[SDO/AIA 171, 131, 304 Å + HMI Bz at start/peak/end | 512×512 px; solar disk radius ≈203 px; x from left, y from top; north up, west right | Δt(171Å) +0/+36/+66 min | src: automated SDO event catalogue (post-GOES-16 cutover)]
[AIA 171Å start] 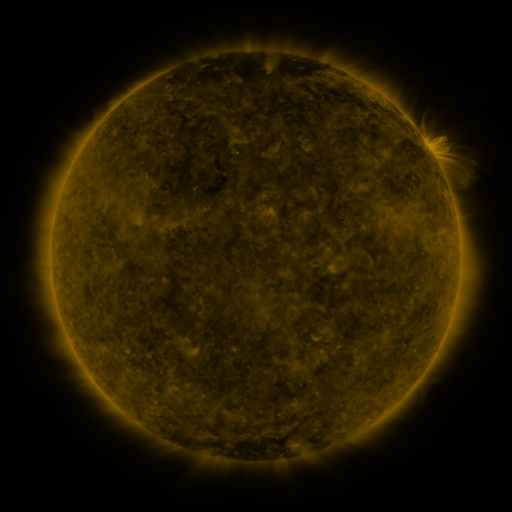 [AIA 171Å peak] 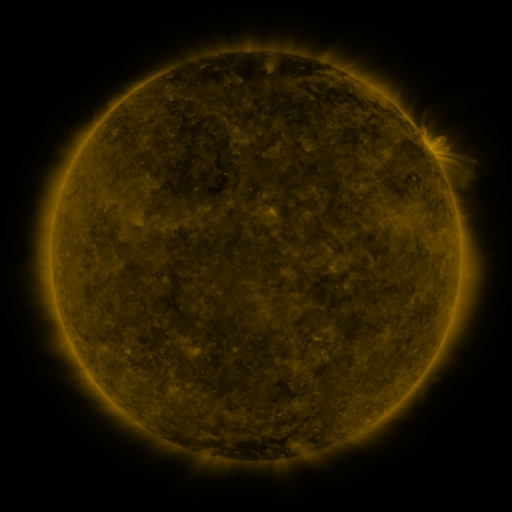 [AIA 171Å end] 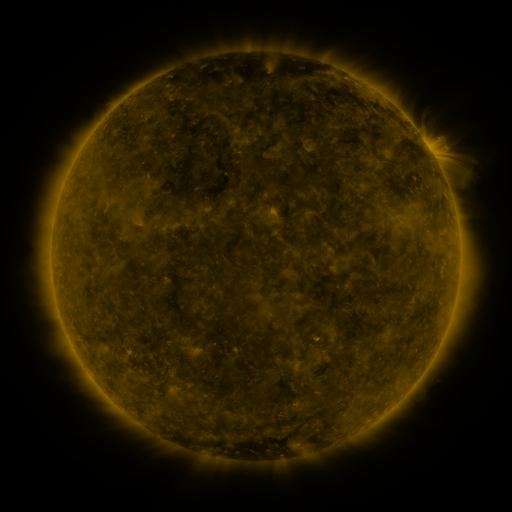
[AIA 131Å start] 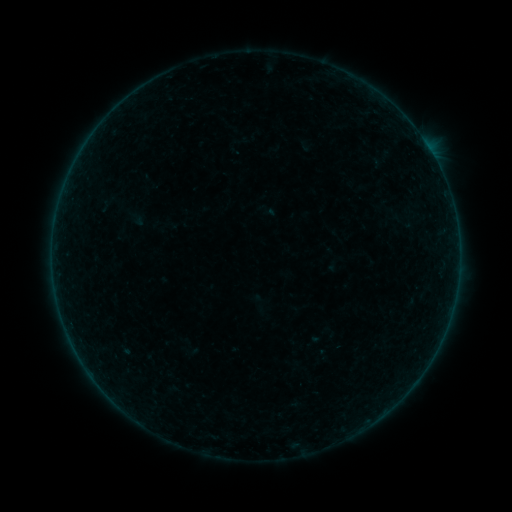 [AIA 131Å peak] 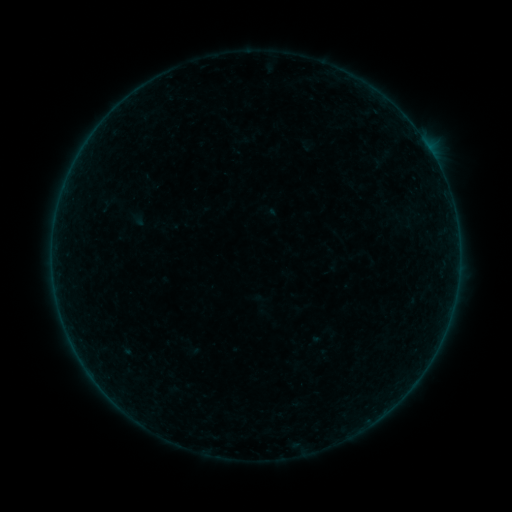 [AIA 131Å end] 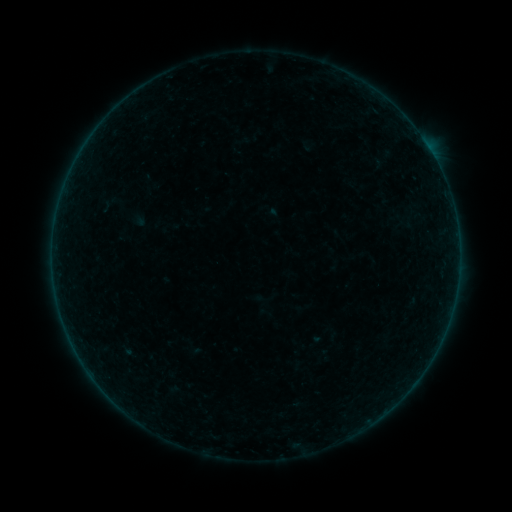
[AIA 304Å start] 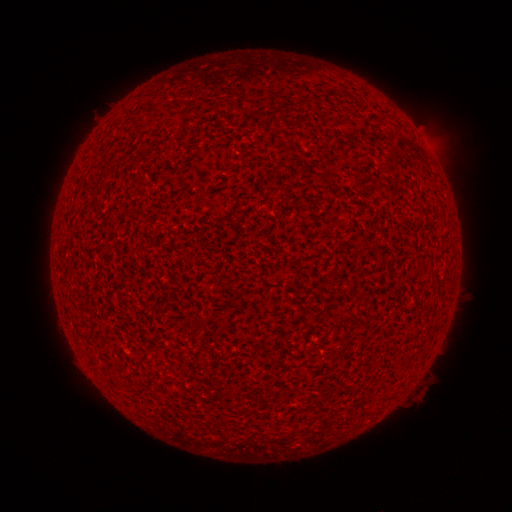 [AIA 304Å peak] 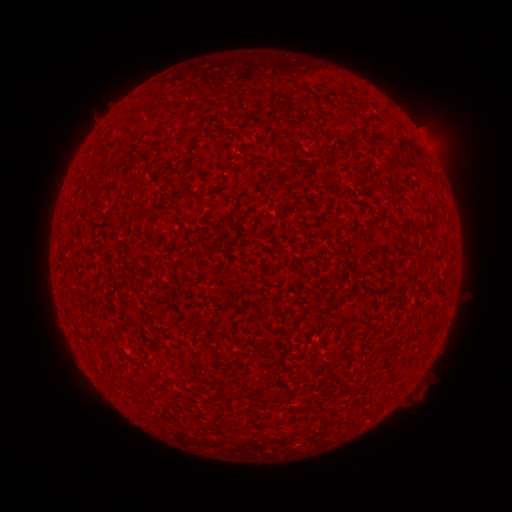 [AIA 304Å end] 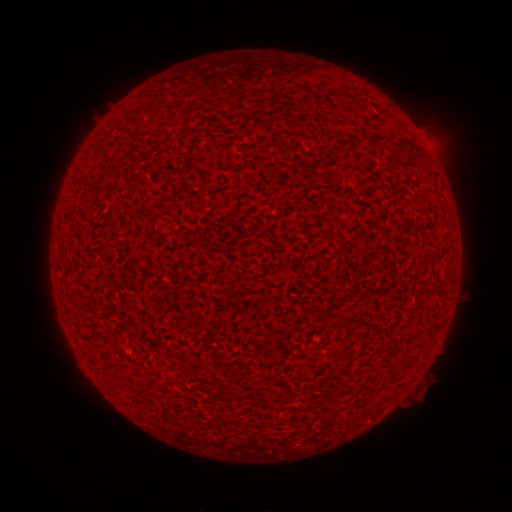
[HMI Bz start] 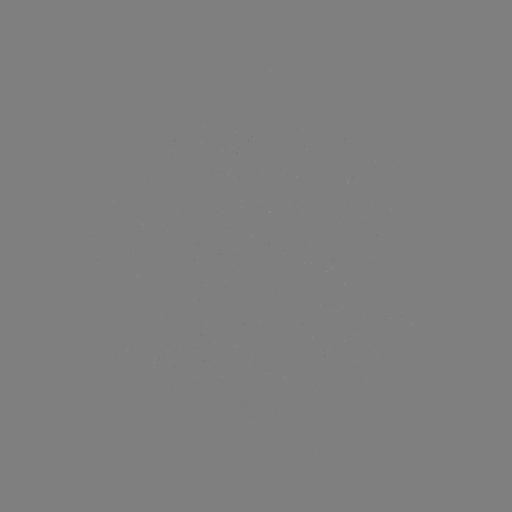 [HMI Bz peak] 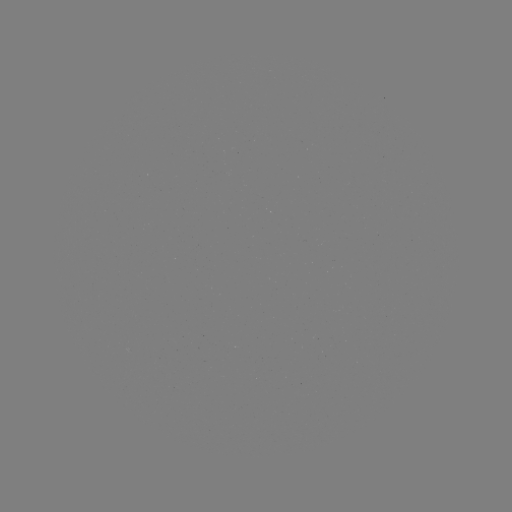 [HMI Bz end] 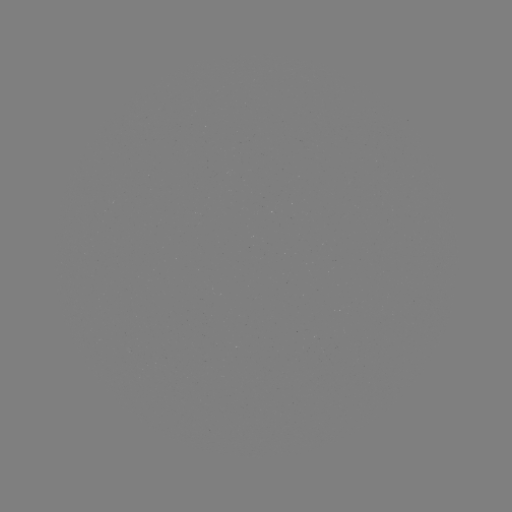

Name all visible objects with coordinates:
A3.8 flare: (426, 147)
